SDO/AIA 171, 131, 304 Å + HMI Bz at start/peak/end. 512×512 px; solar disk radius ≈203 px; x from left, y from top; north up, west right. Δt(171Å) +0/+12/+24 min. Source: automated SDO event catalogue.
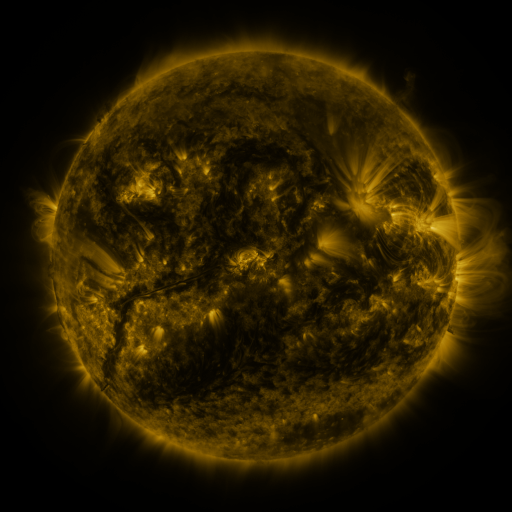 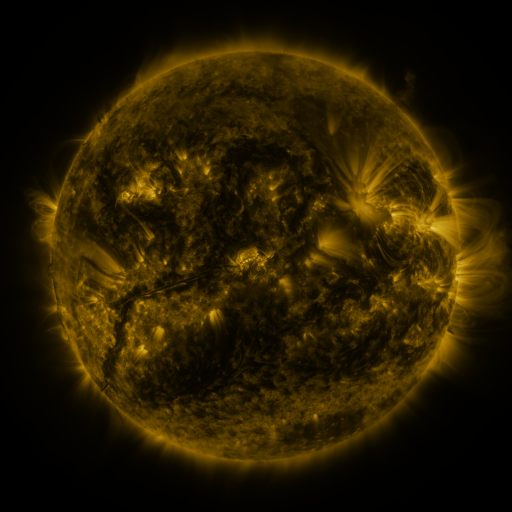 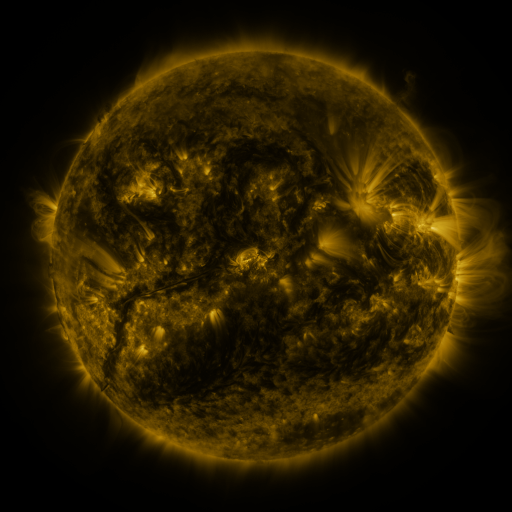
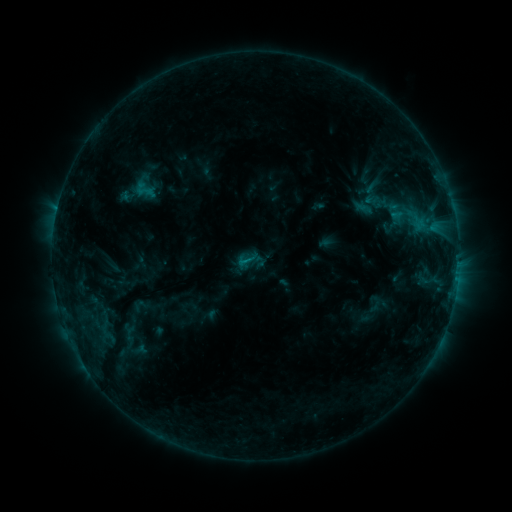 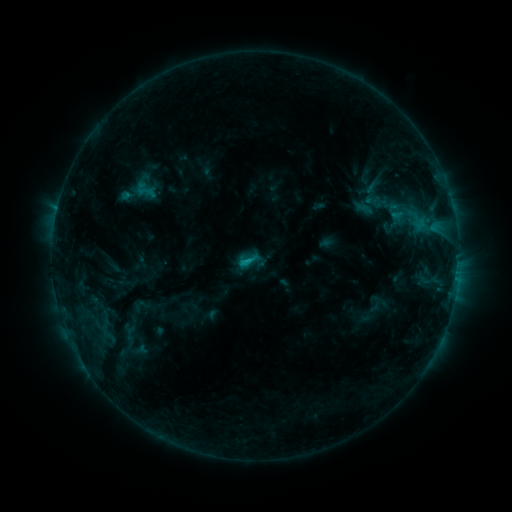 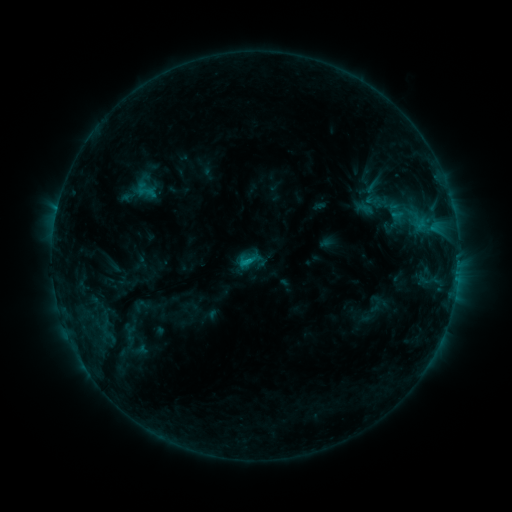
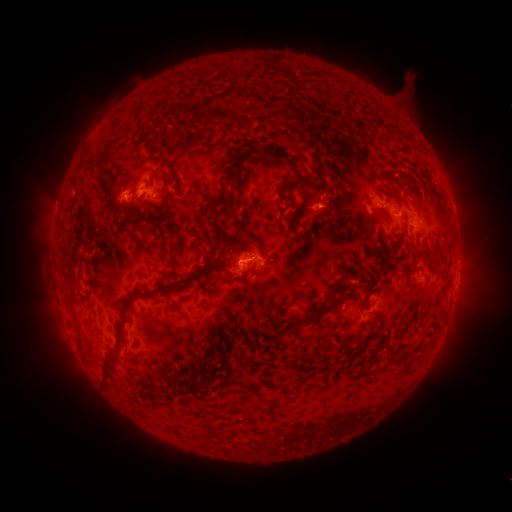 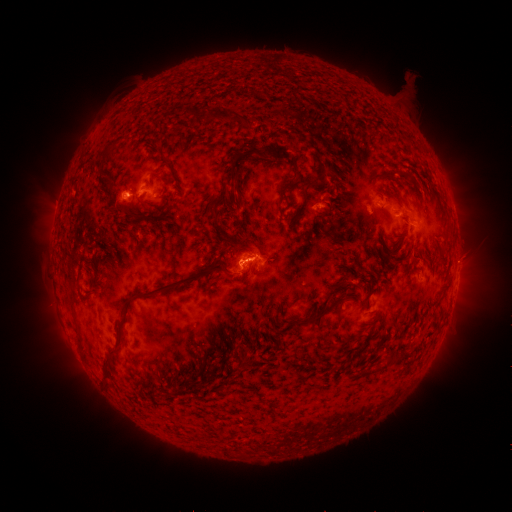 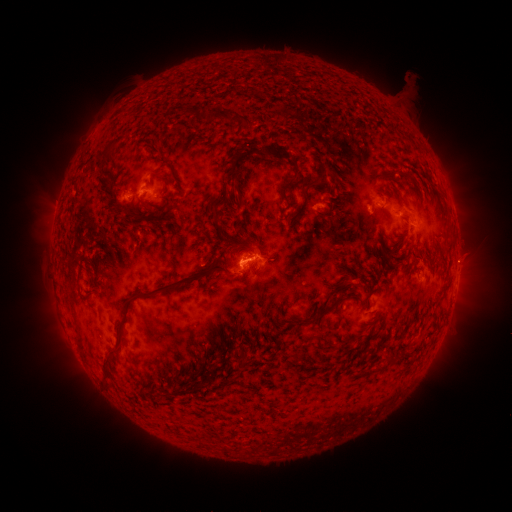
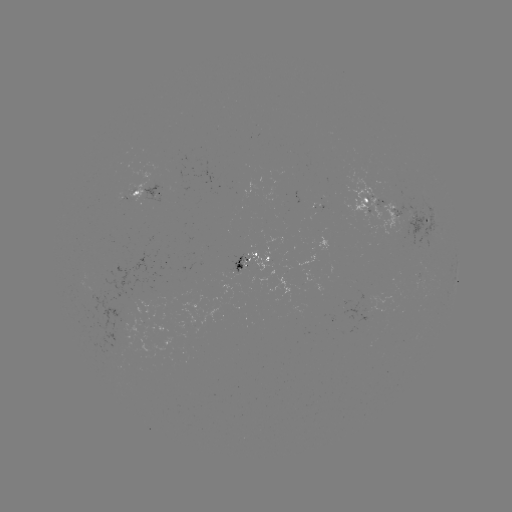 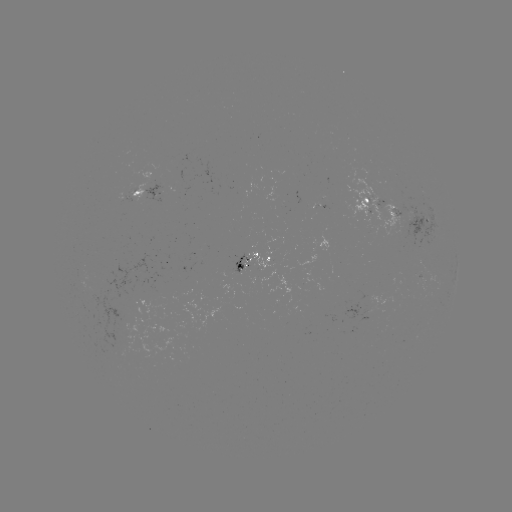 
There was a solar flare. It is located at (248, 258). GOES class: C1.4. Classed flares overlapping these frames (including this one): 1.